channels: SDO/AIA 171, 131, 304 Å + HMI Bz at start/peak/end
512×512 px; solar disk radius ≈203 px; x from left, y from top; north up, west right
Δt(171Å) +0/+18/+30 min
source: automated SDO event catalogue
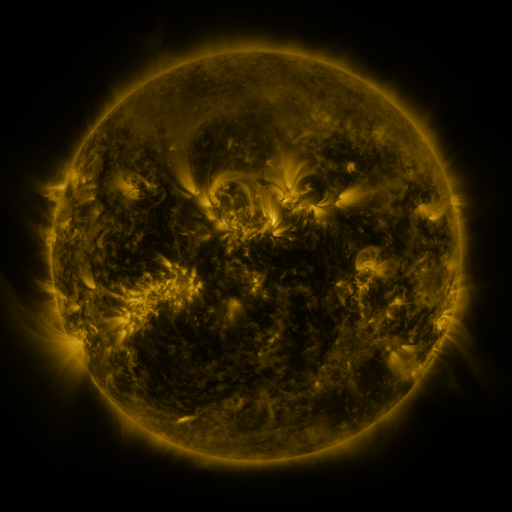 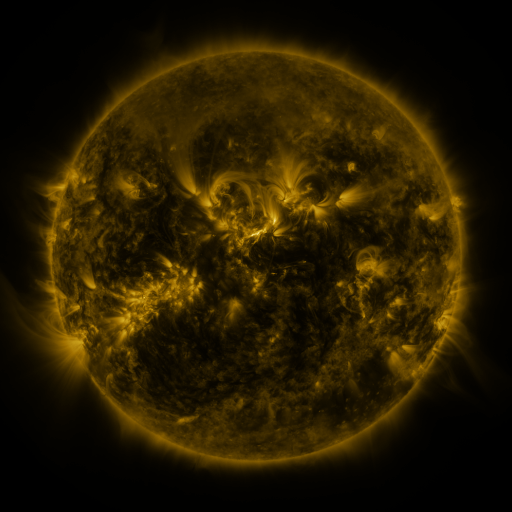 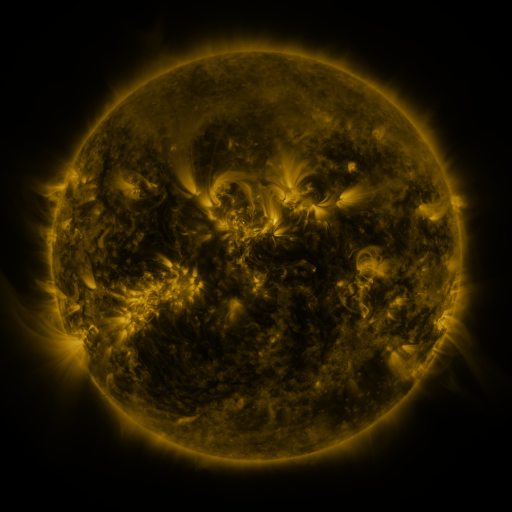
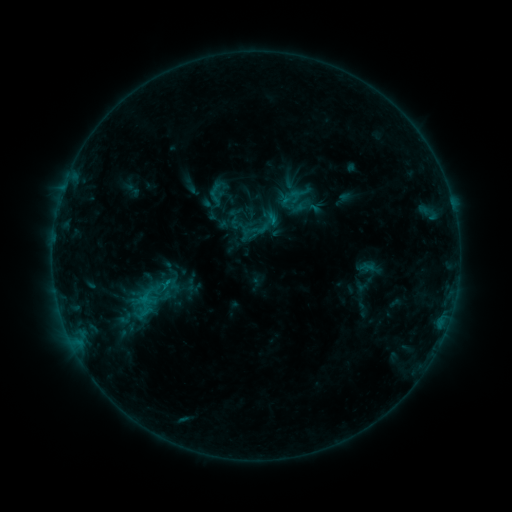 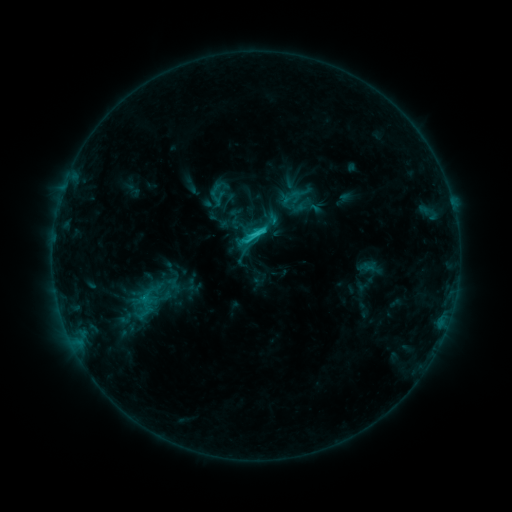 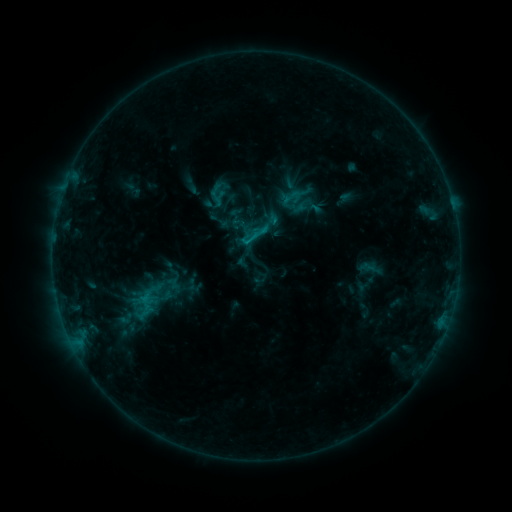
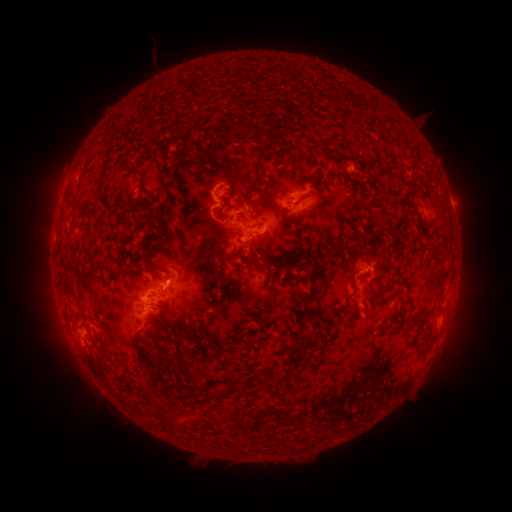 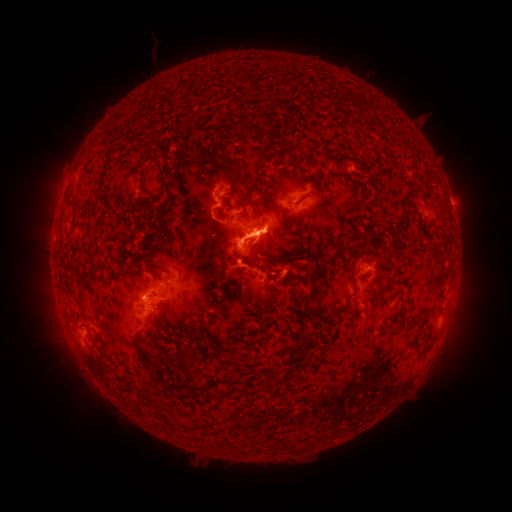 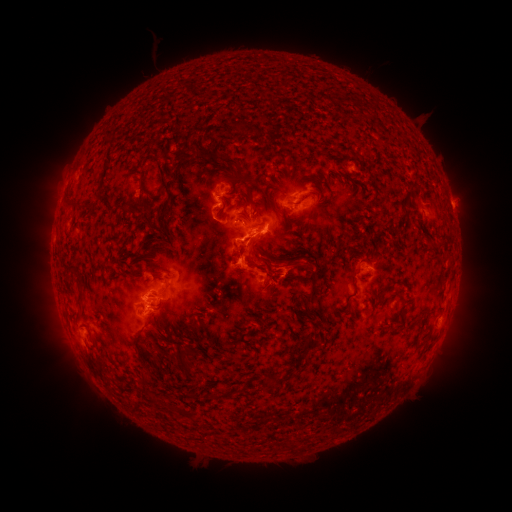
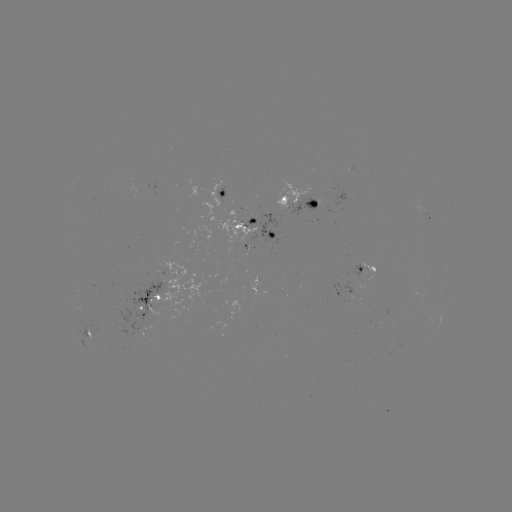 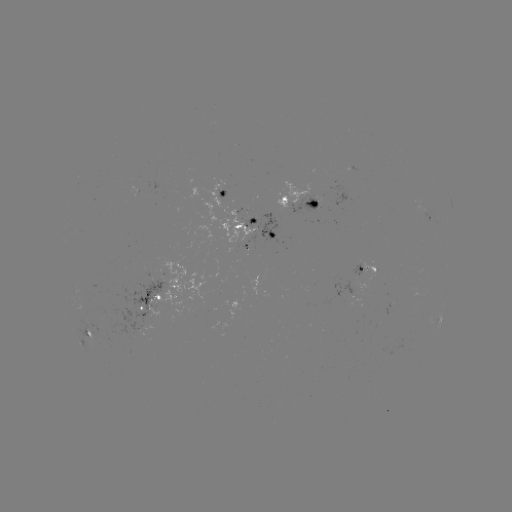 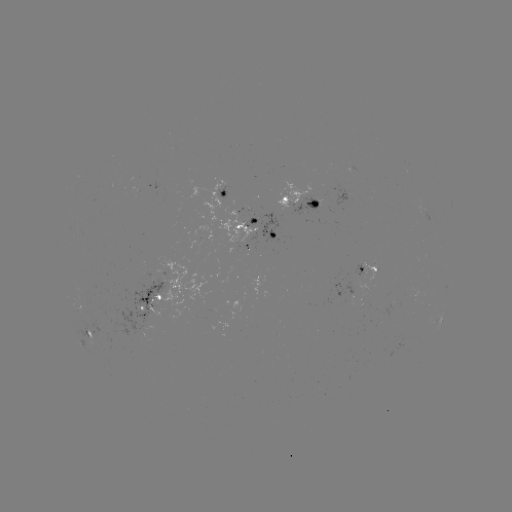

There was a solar flare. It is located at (259, 234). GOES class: C2.3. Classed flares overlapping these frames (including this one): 1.